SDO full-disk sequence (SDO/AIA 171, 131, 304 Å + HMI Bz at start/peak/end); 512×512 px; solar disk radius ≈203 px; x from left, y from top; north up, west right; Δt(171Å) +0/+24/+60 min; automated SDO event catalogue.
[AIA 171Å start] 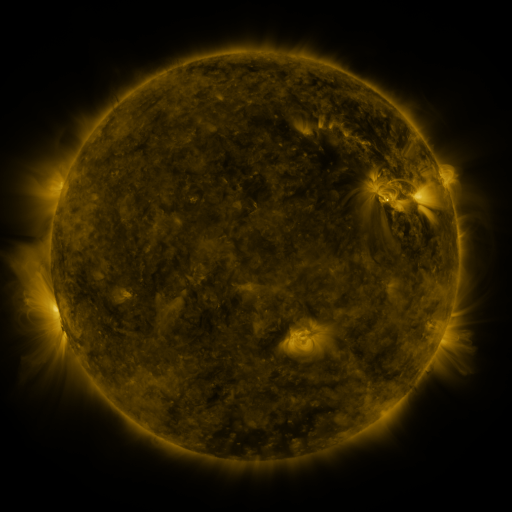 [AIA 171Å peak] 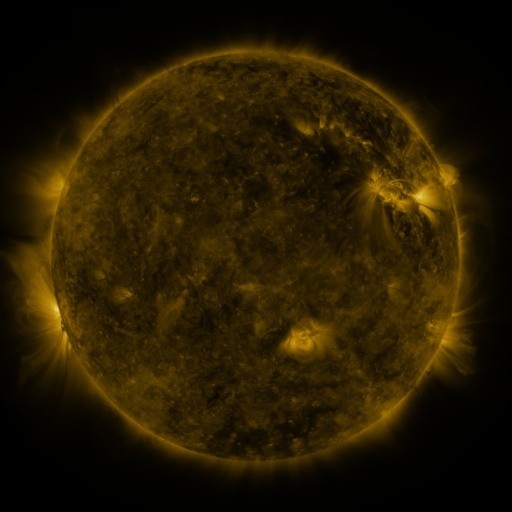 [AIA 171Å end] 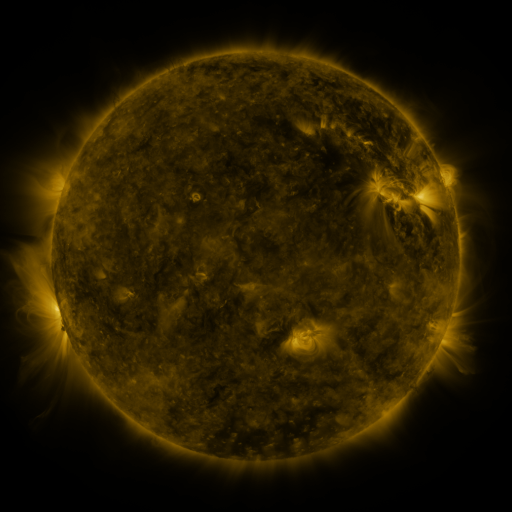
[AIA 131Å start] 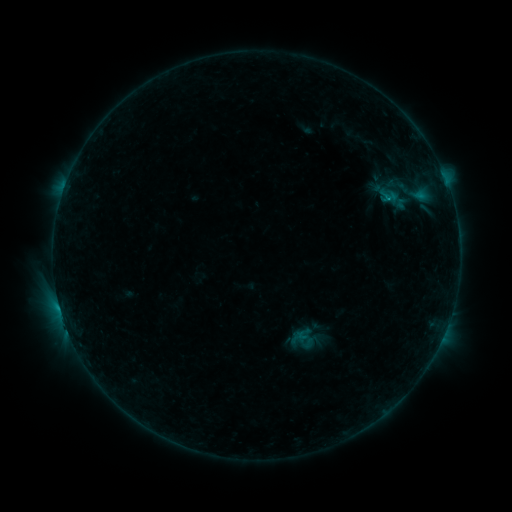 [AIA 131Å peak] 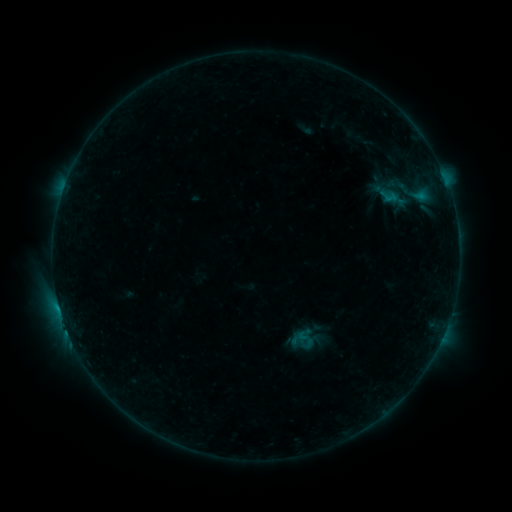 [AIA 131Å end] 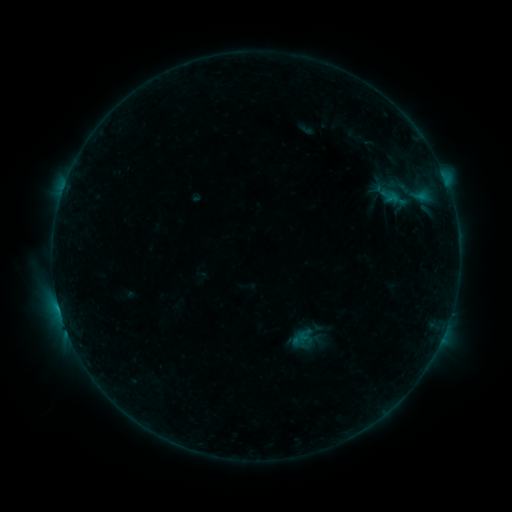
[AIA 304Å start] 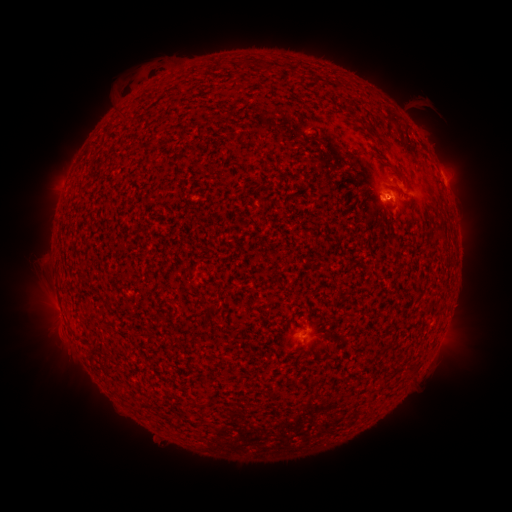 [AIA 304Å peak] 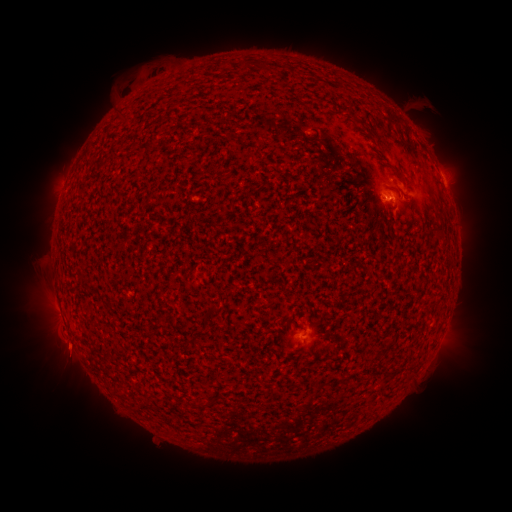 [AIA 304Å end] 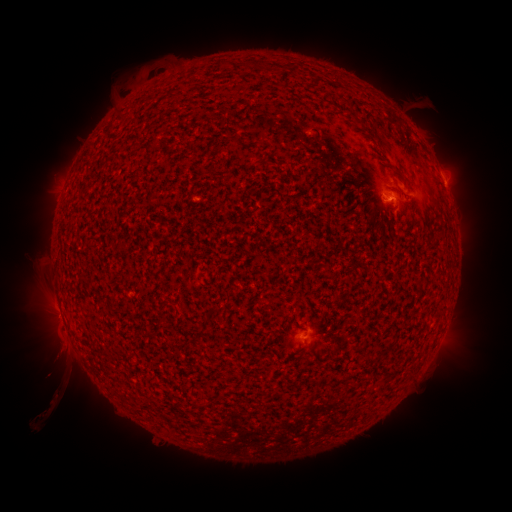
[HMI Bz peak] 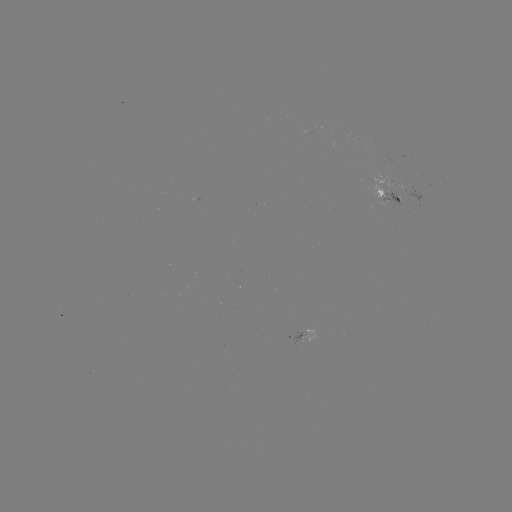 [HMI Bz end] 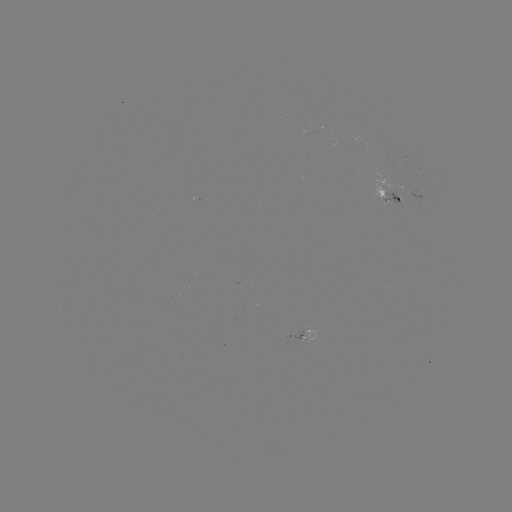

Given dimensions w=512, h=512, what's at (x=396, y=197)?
emerging-flux region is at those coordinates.